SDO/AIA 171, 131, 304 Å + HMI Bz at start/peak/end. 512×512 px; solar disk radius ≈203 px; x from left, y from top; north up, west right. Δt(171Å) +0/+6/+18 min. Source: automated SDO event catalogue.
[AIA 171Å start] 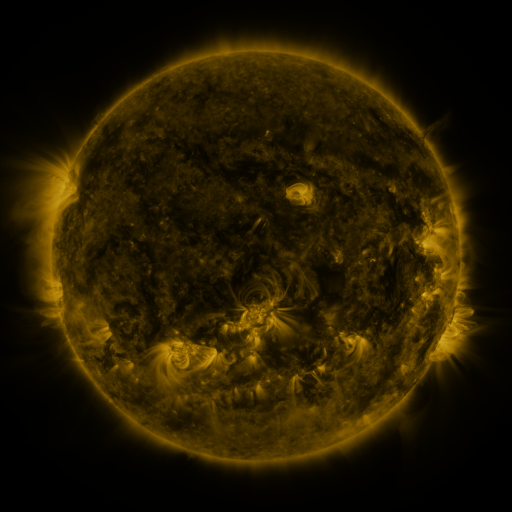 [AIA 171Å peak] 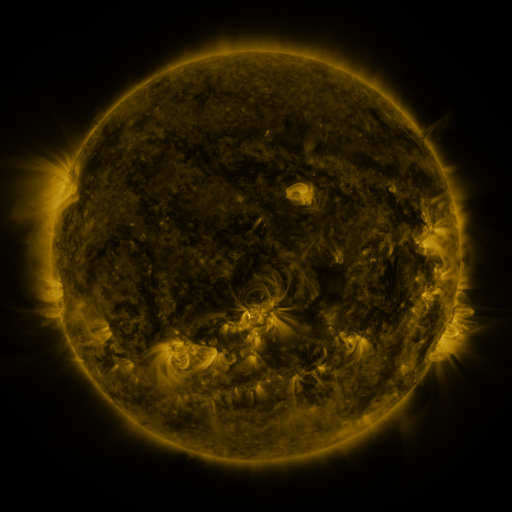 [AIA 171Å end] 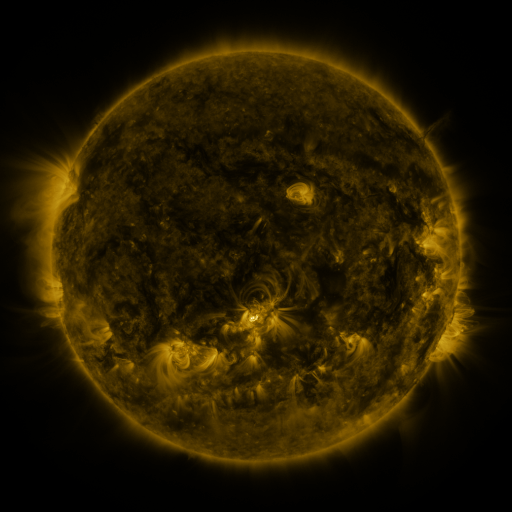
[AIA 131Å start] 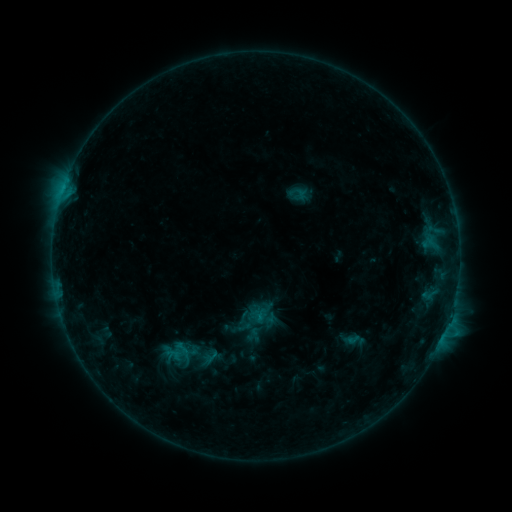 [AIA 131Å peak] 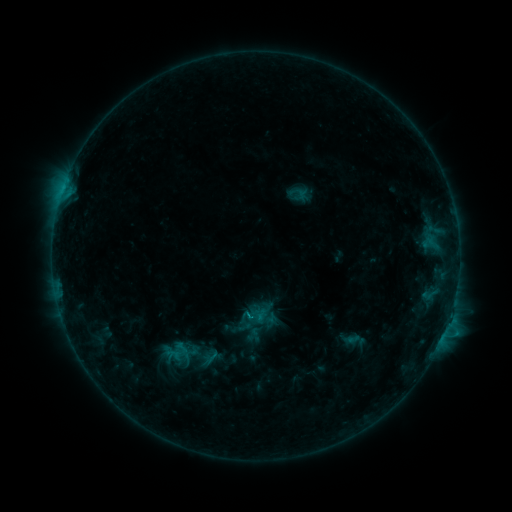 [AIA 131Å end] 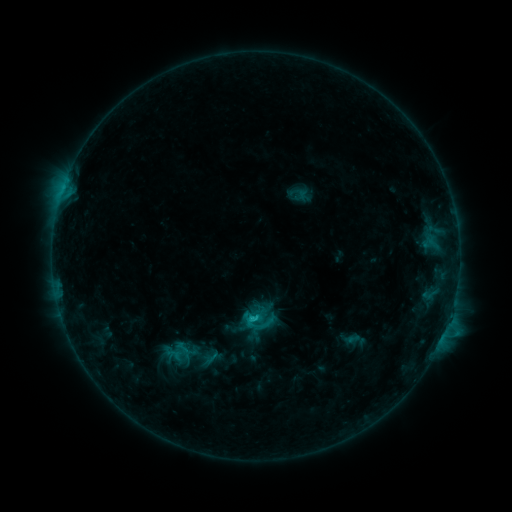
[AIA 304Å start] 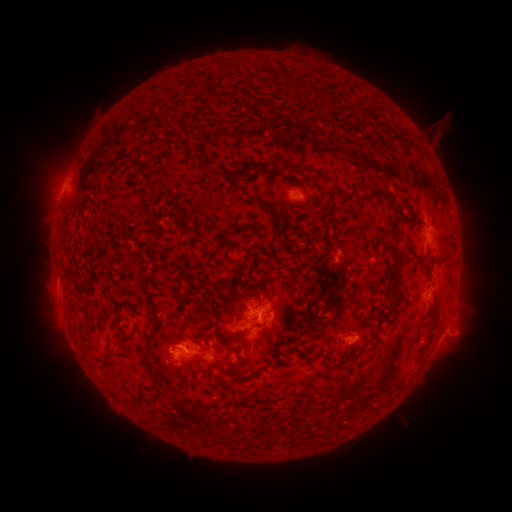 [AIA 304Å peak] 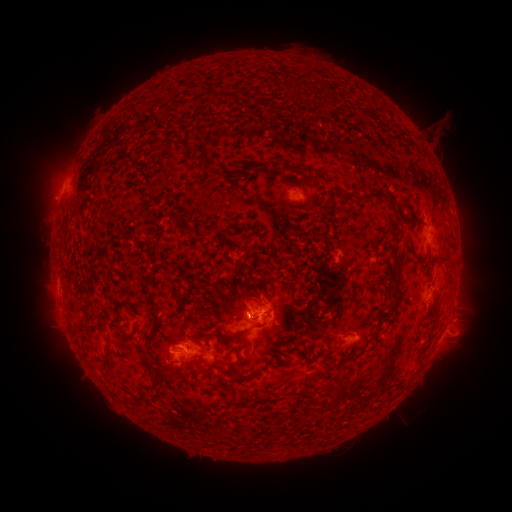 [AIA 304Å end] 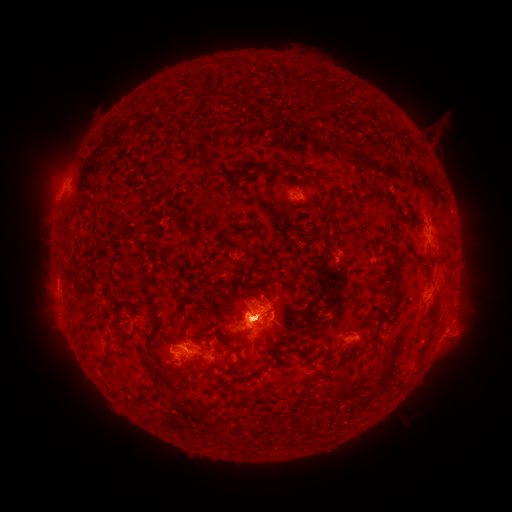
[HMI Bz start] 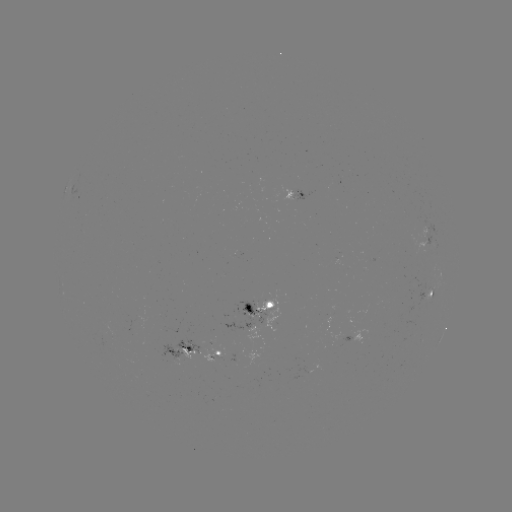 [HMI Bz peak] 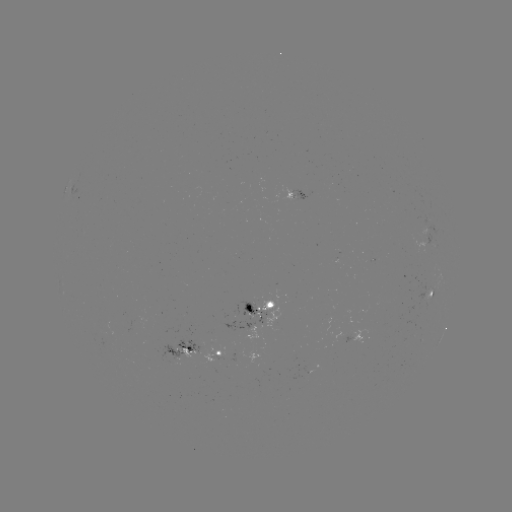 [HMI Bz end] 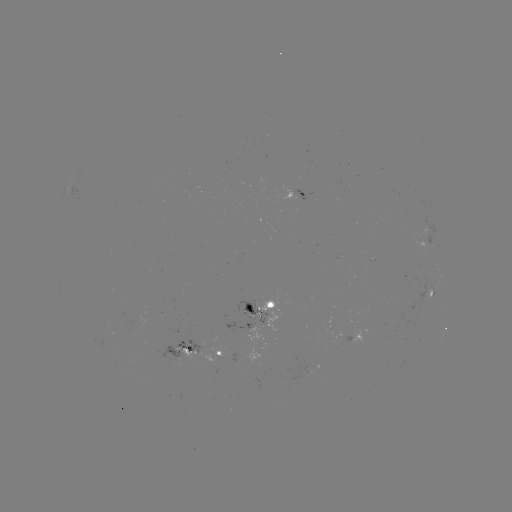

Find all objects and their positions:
C1.8 flare: (252, 315)
